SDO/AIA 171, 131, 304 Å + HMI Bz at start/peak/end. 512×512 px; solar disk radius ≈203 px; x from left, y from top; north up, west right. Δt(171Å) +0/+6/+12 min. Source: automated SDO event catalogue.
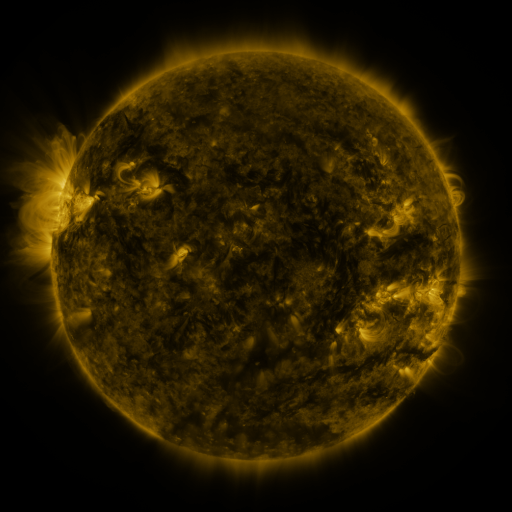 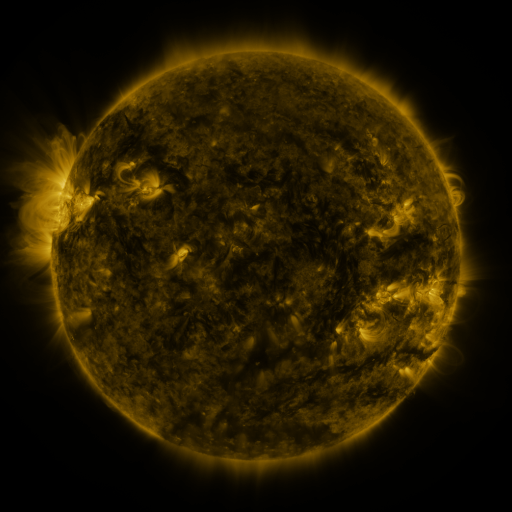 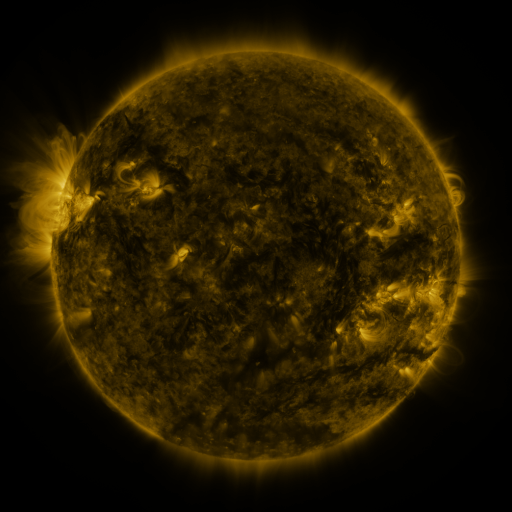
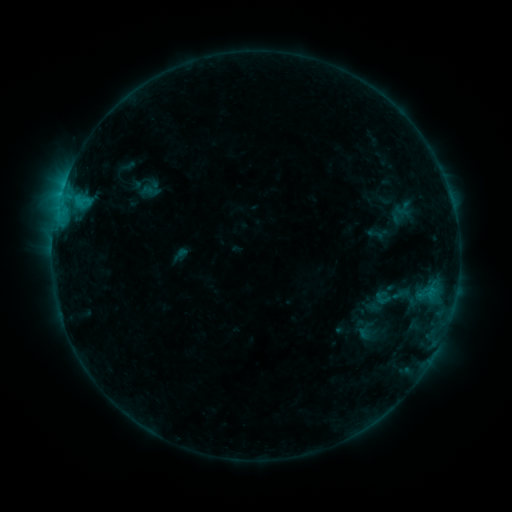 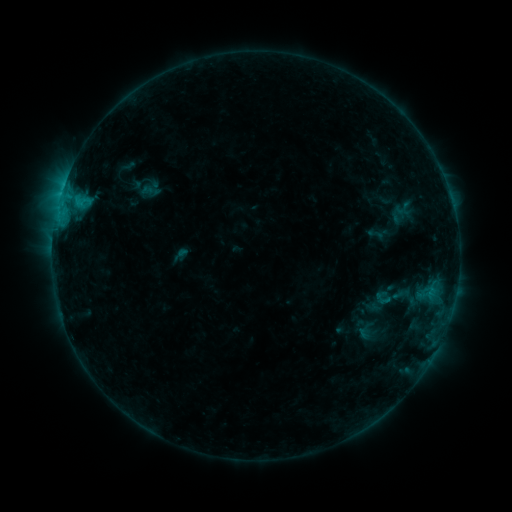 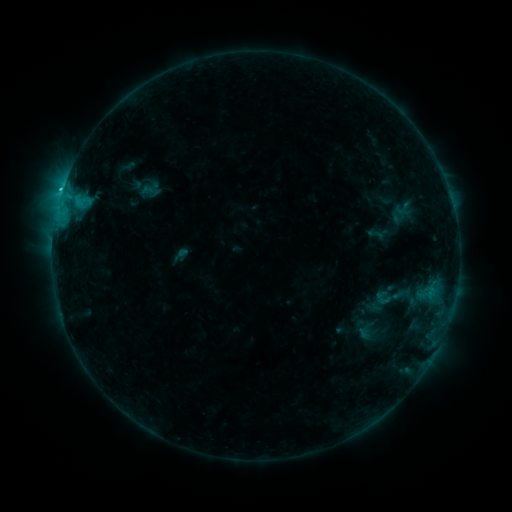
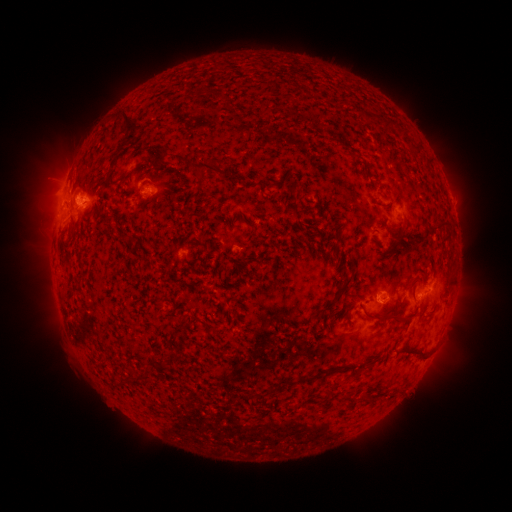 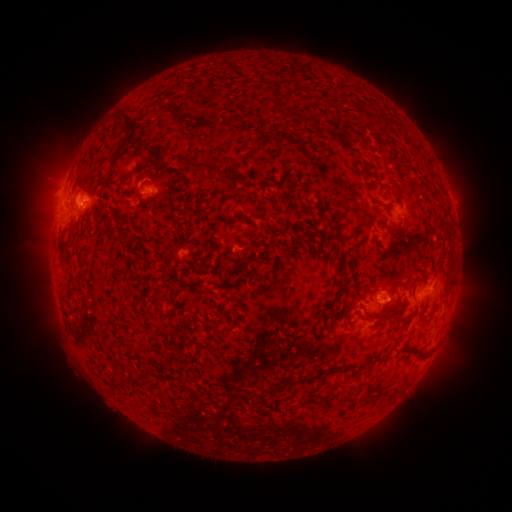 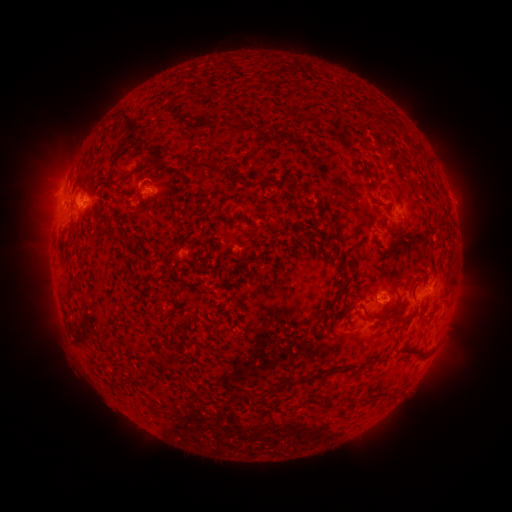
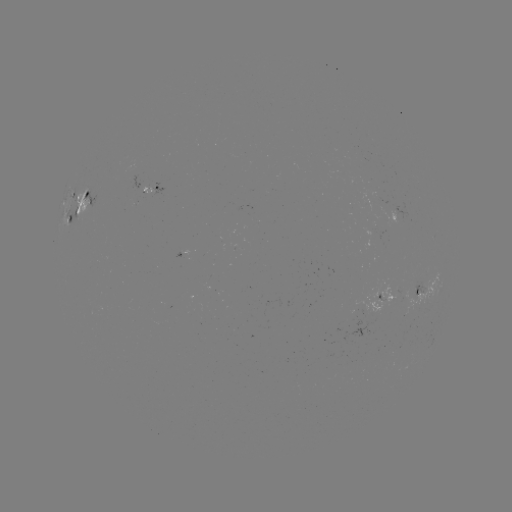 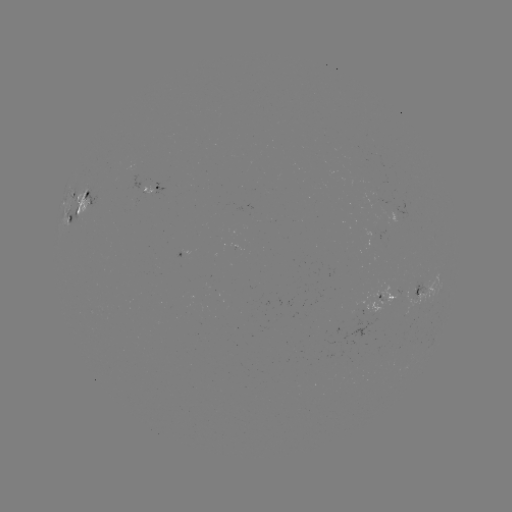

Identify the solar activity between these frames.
C1.3 flare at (386, 300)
